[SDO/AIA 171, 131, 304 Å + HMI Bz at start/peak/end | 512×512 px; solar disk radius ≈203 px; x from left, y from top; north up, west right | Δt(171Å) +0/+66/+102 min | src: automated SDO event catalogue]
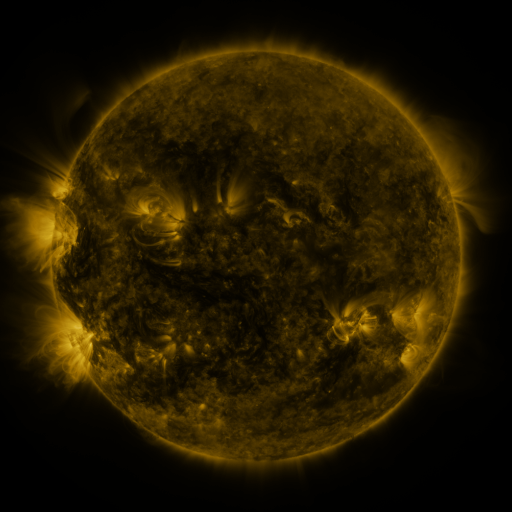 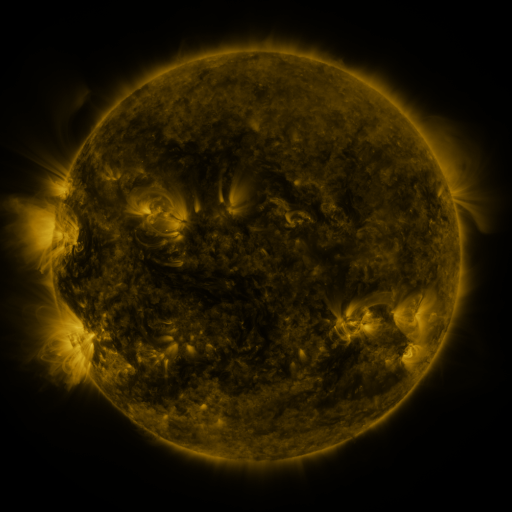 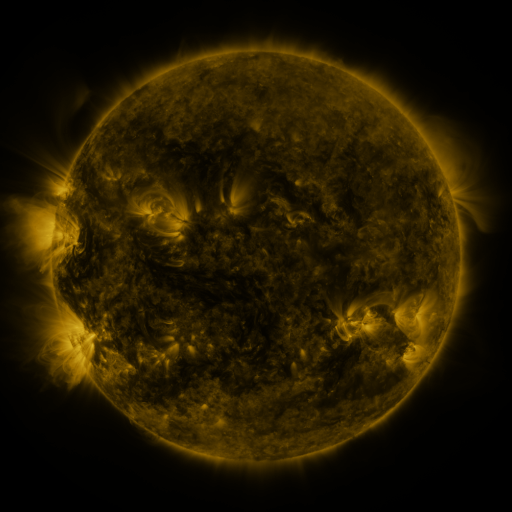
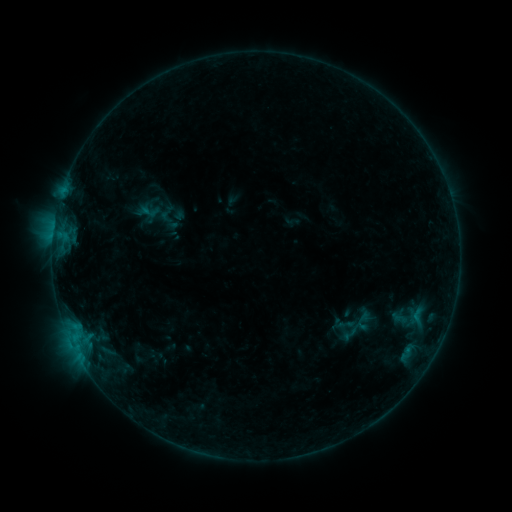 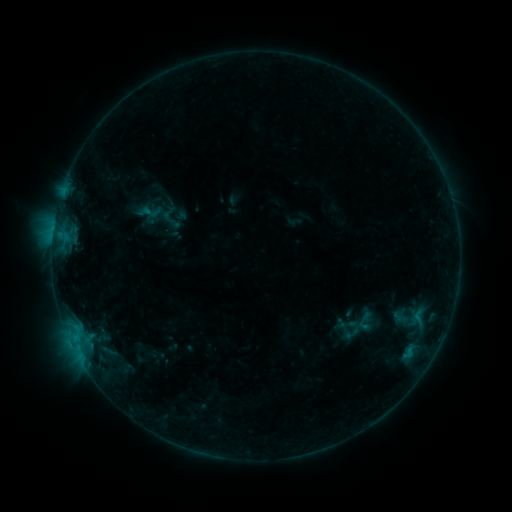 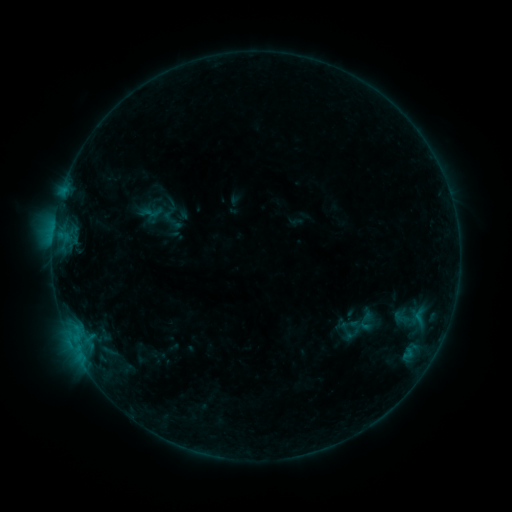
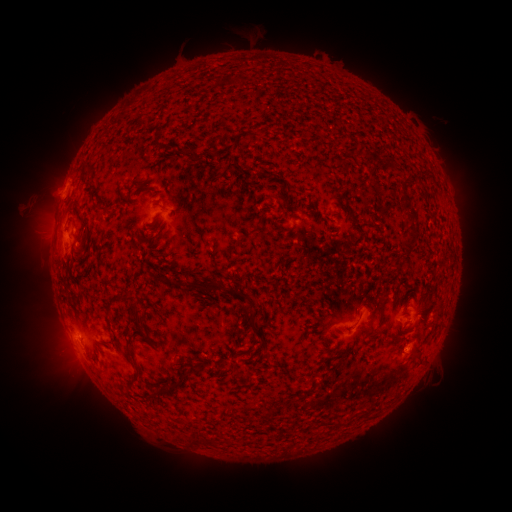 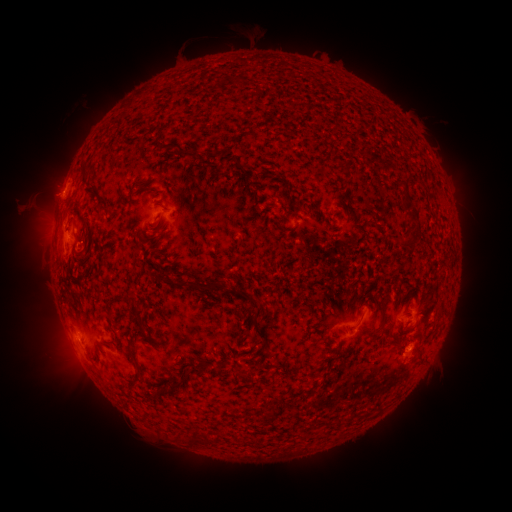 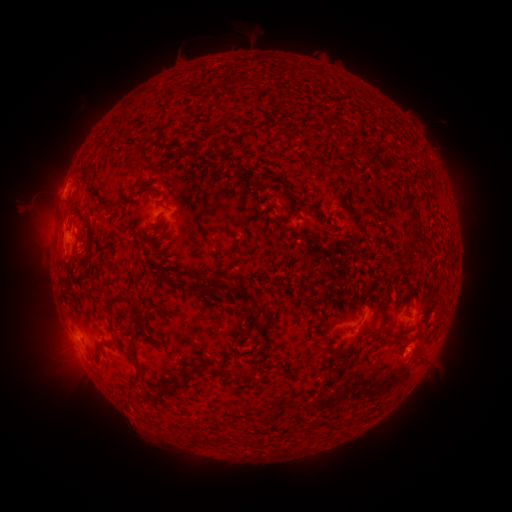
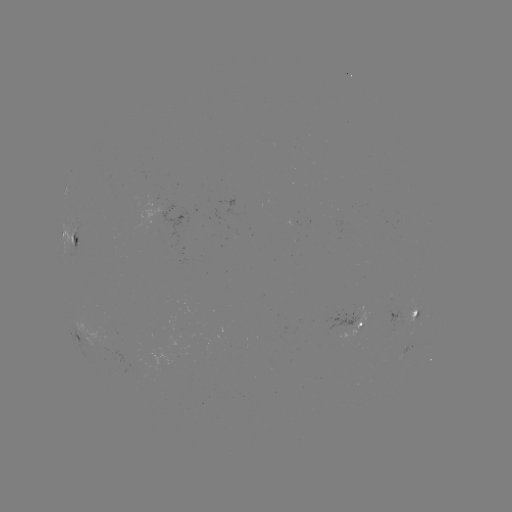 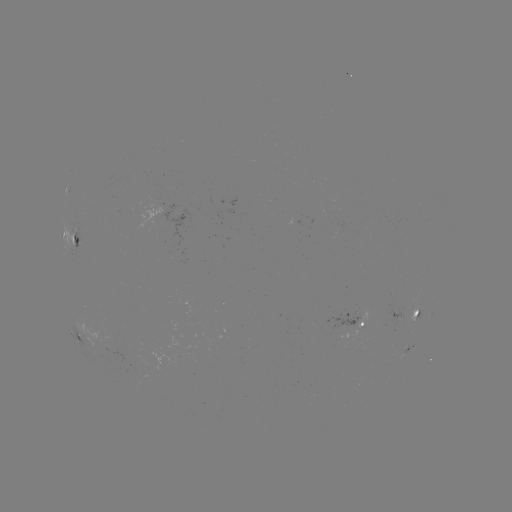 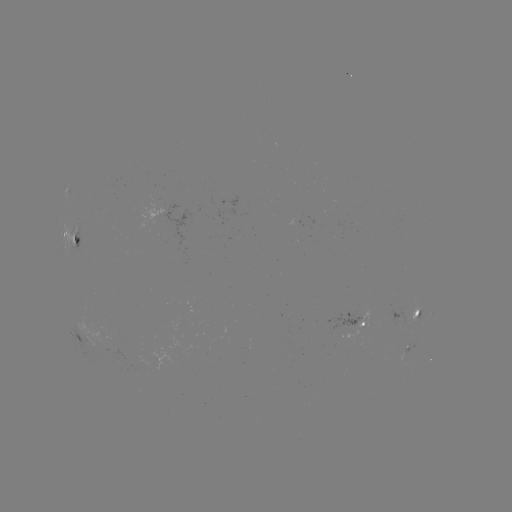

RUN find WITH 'emerging-flux region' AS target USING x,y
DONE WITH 413,318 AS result